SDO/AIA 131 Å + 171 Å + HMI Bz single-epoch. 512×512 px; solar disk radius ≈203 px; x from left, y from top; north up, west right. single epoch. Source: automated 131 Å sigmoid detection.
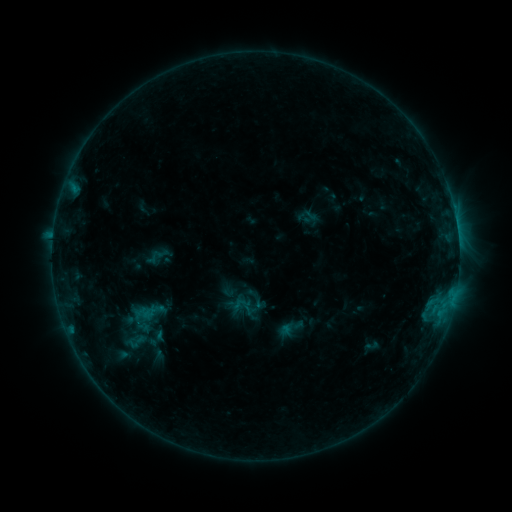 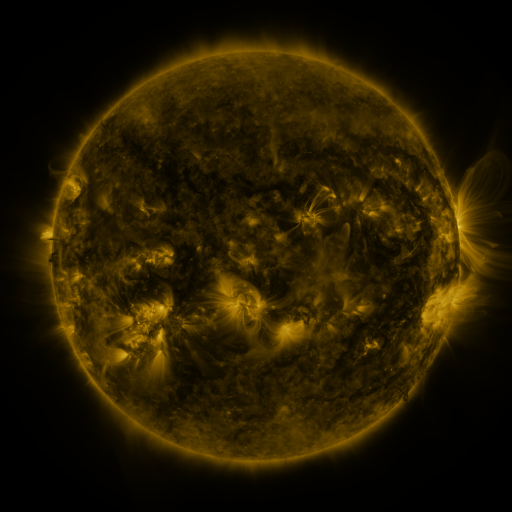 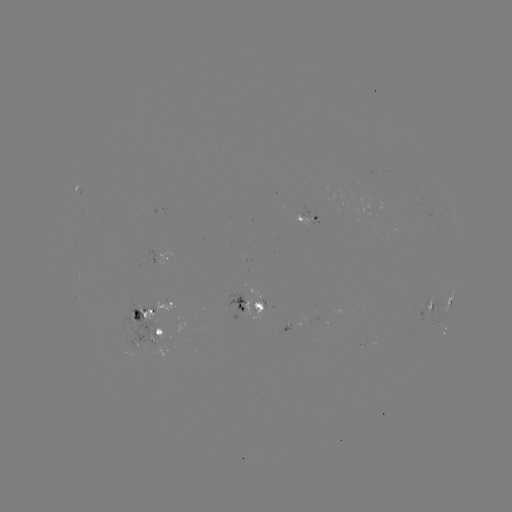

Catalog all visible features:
sigmoid: <bbox>298, 205, 318, 223</bbox>
sigmoid: <bbox>120, 329, 152, 353</bbox>
